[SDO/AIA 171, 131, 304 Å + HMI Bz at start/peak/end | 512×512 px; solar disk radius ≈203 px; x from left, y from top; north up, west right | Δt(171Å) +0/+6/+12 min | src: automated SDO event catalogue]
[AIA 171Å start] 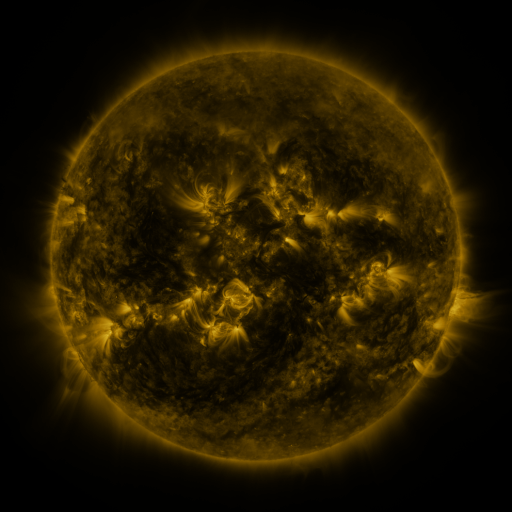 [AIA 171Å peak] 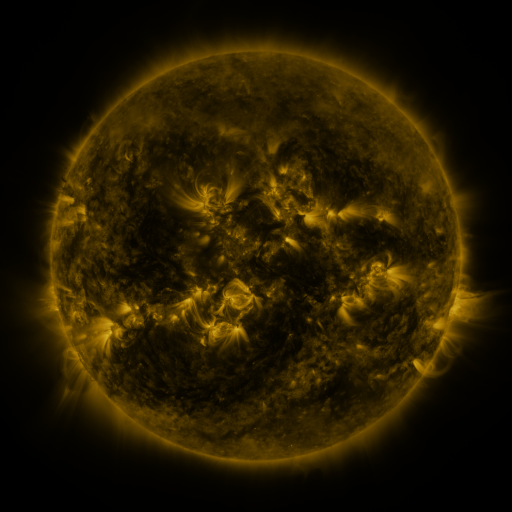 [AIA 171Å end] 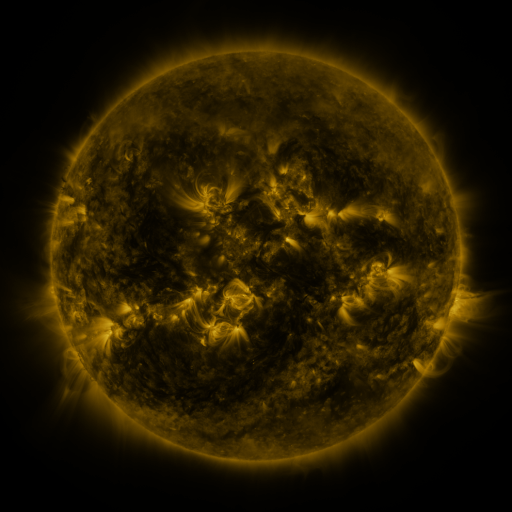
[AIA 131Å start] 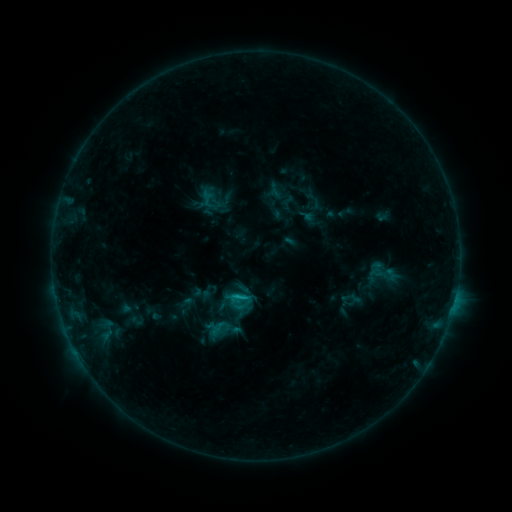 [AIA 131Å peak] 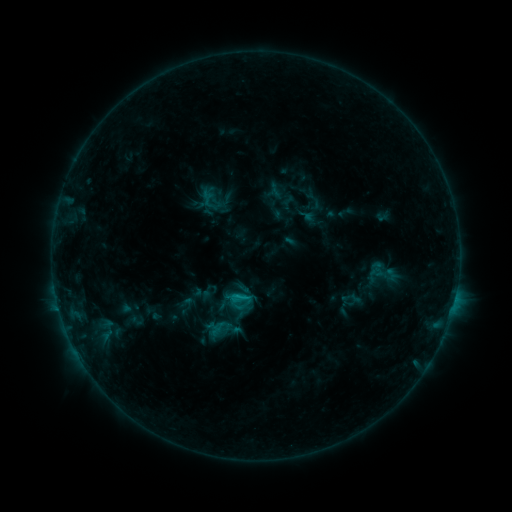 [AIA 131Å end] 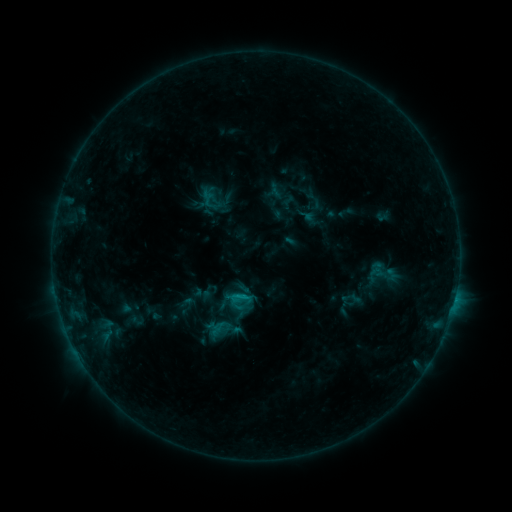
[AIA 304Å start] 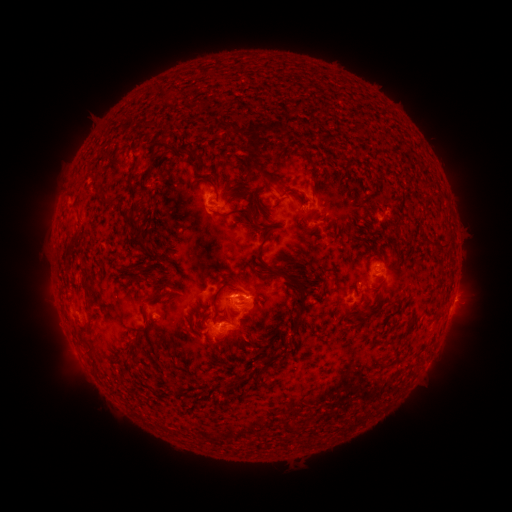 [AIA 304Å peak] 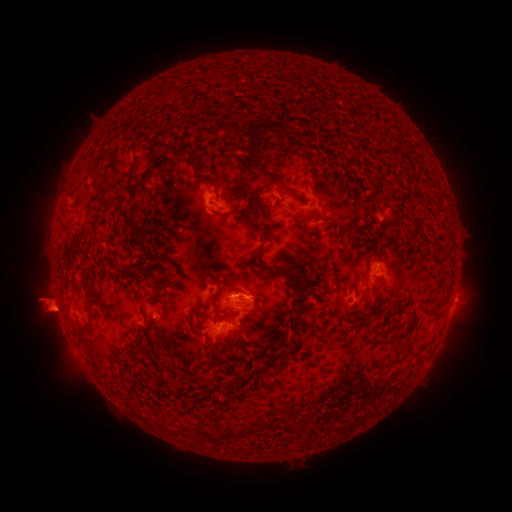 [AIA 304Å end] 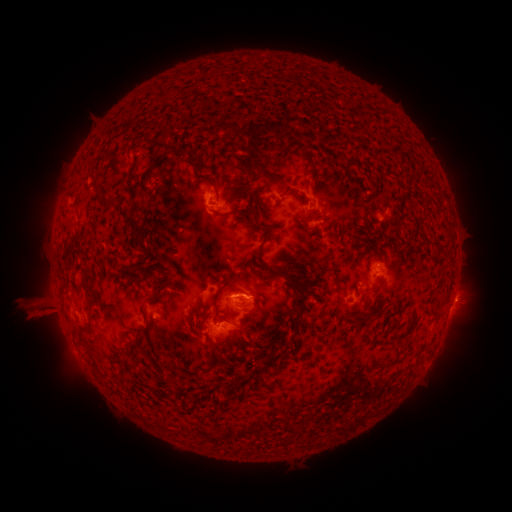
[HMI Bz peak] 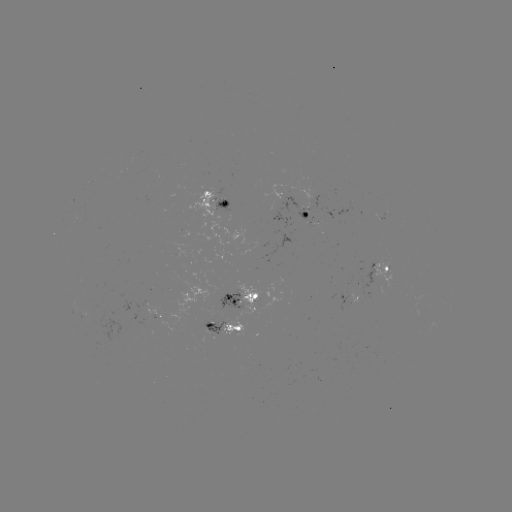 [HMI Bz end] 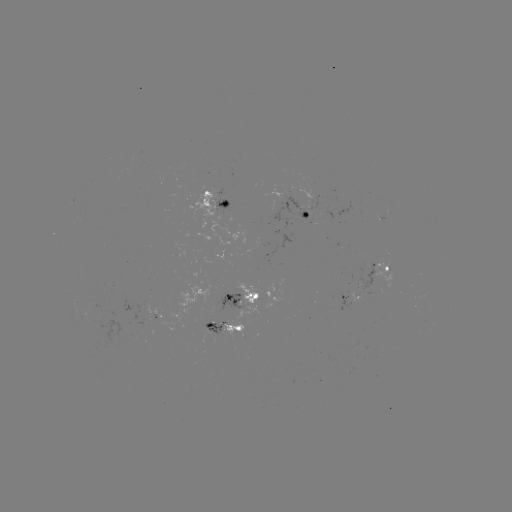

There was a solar eruption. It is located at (46, 307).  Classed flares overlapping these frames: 1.